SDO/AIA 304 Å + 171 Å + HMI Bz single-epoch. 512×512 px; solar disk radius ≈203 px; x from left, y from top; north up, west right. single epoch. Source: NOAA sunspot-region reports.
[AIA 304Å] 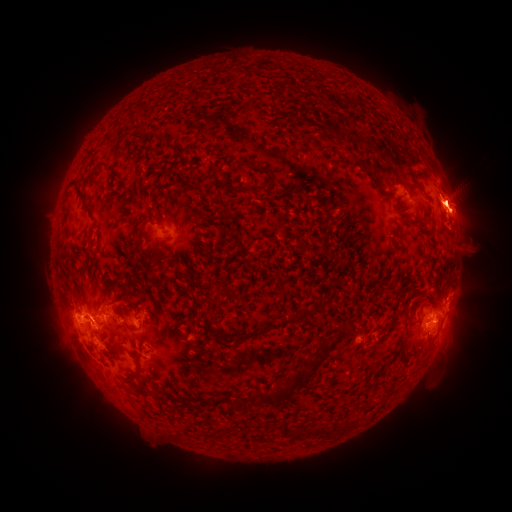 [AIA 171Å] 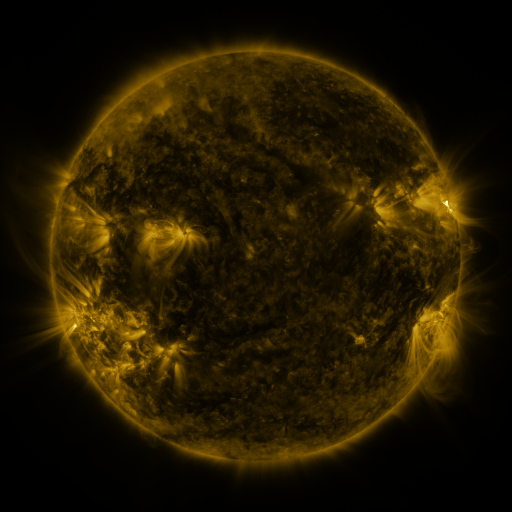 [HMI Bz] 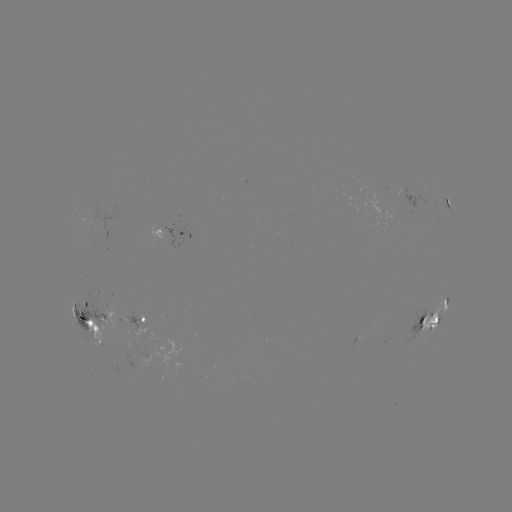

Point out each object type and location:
spotted active region: (409, 197)
spotted active region: (447, 202)
spotted active region: (174, 232)
spotted active region: (96, 315)
spotted active region: (145, 319)
spotted active region: (429, 321)
